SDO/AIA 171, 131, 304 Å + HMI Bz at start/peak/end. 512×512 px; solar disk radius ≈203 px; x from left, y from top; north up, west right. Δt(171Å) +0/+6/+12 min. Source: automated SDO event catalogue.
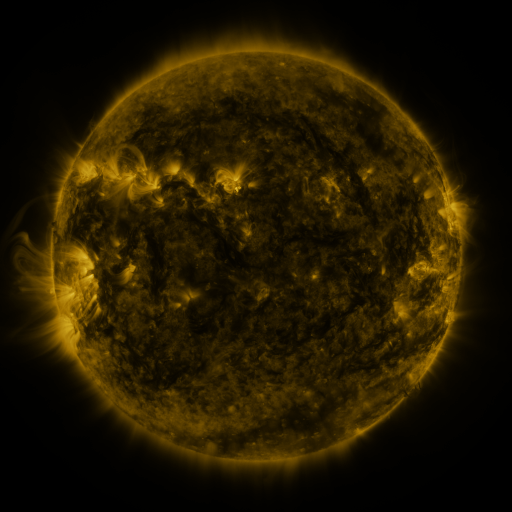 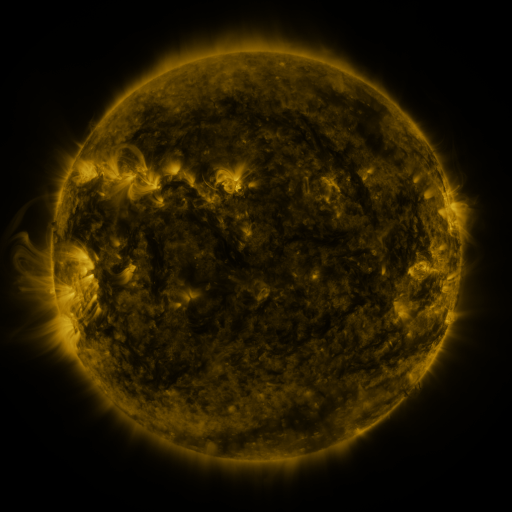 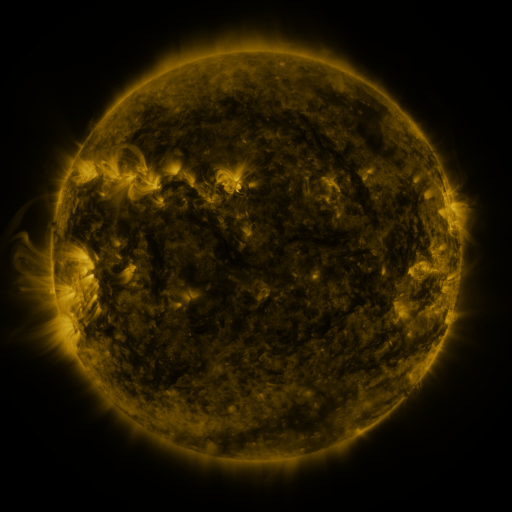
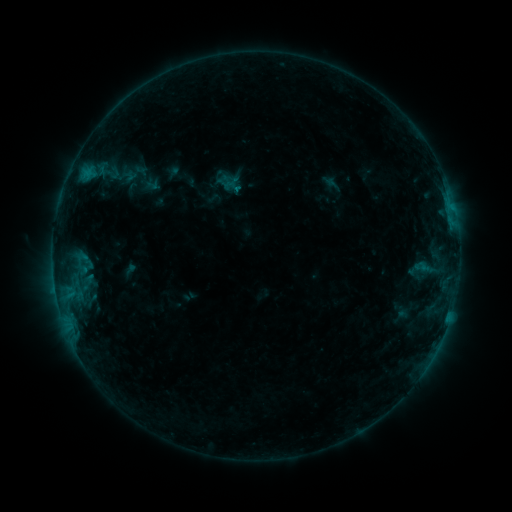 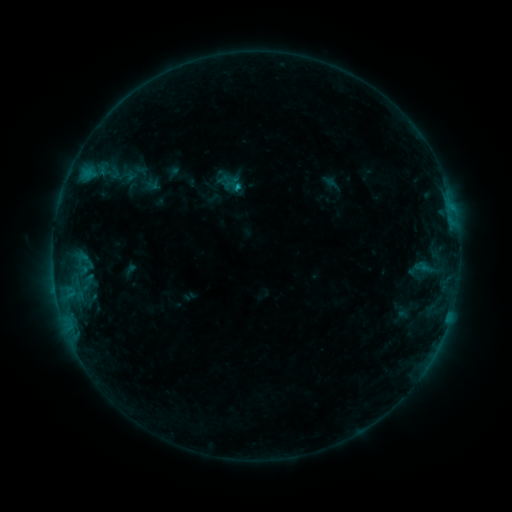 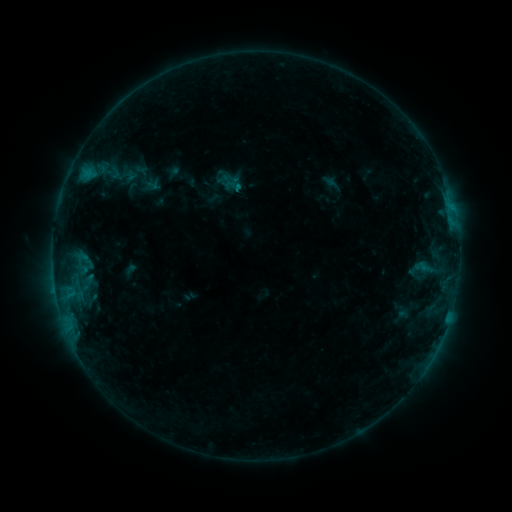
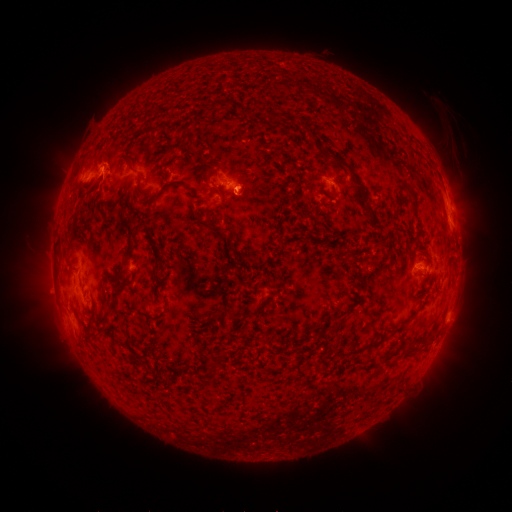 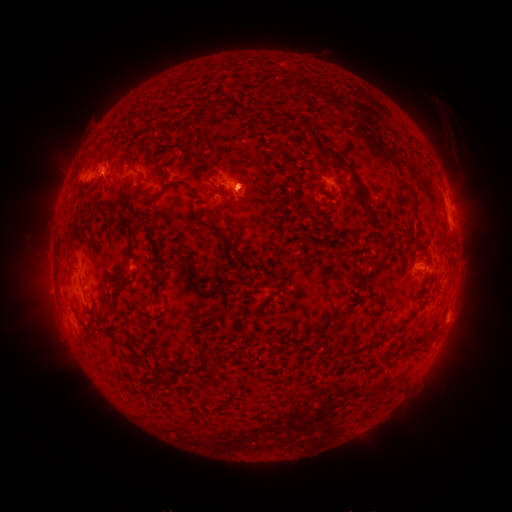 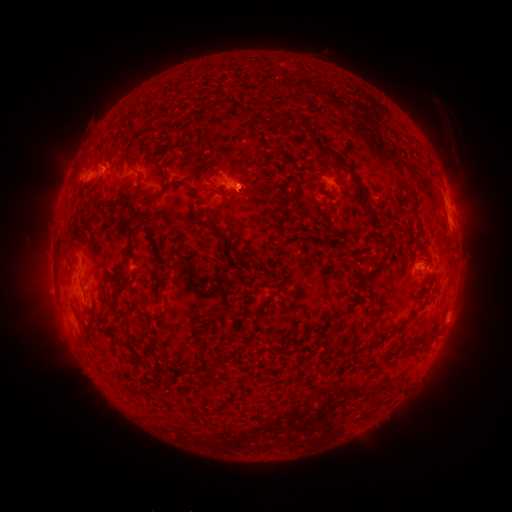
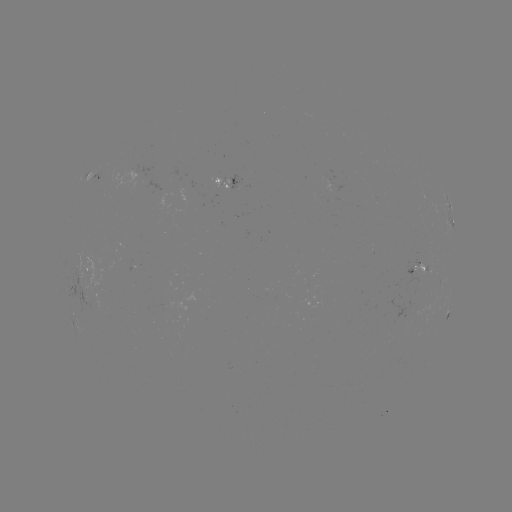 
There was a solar flare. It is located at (238, 189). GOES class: B6.1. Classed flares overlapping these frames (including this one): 1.